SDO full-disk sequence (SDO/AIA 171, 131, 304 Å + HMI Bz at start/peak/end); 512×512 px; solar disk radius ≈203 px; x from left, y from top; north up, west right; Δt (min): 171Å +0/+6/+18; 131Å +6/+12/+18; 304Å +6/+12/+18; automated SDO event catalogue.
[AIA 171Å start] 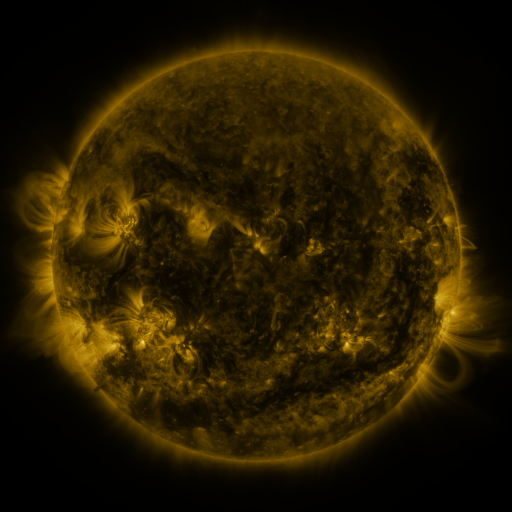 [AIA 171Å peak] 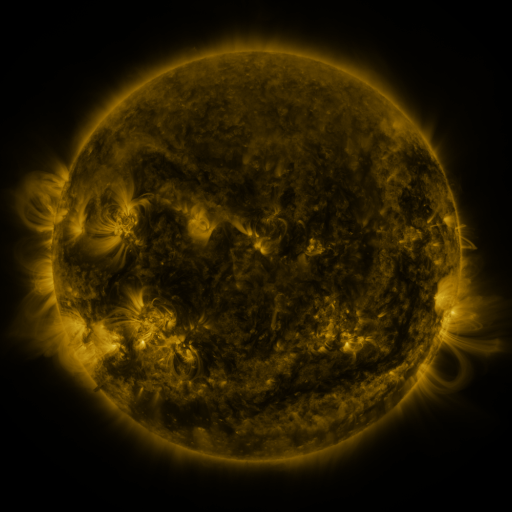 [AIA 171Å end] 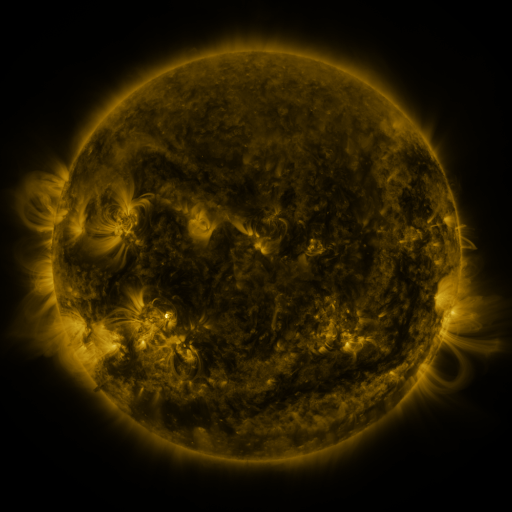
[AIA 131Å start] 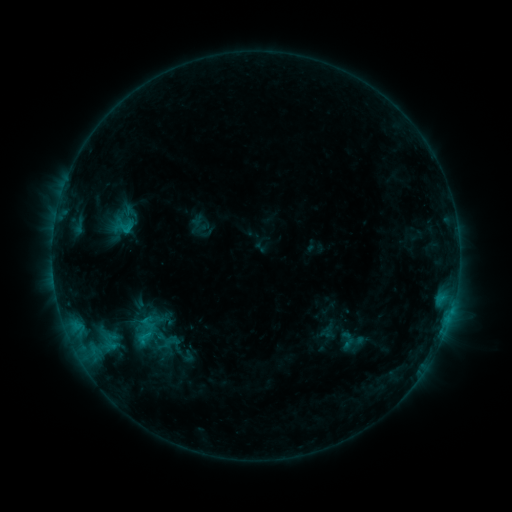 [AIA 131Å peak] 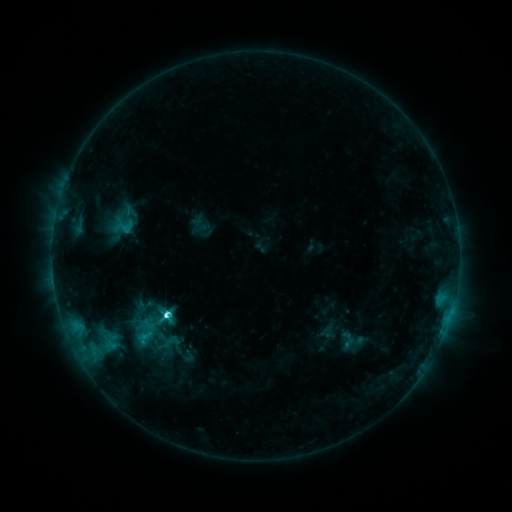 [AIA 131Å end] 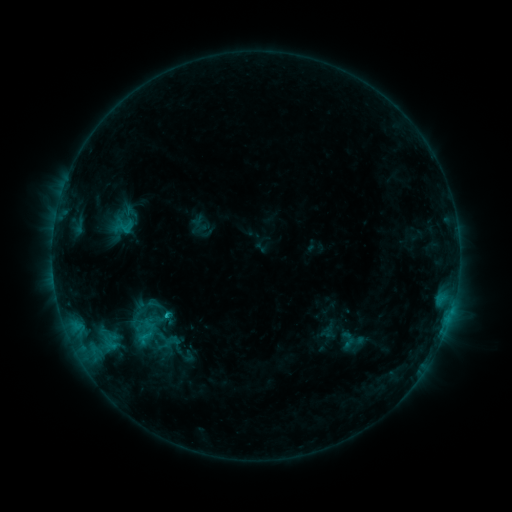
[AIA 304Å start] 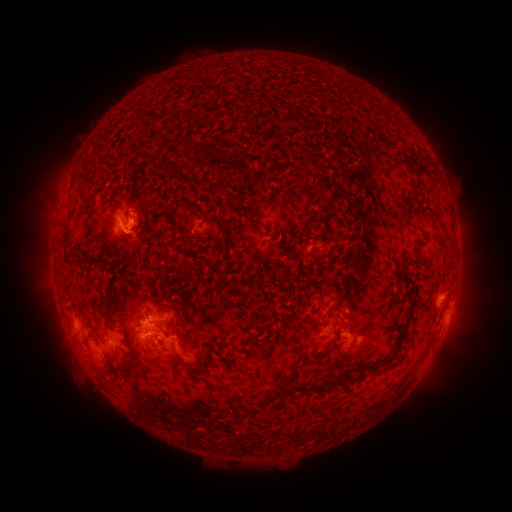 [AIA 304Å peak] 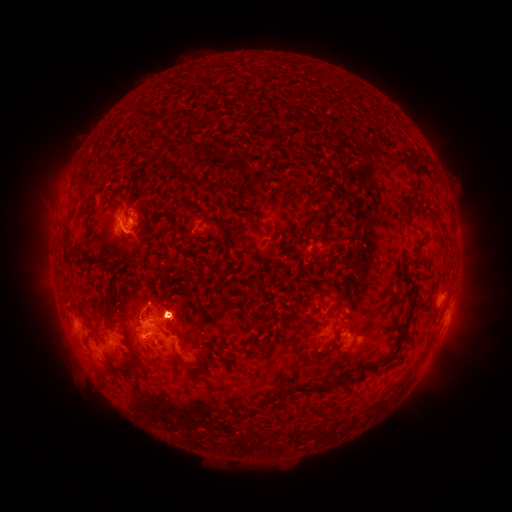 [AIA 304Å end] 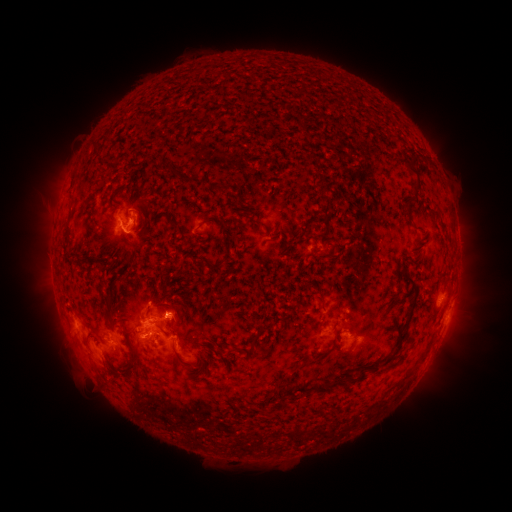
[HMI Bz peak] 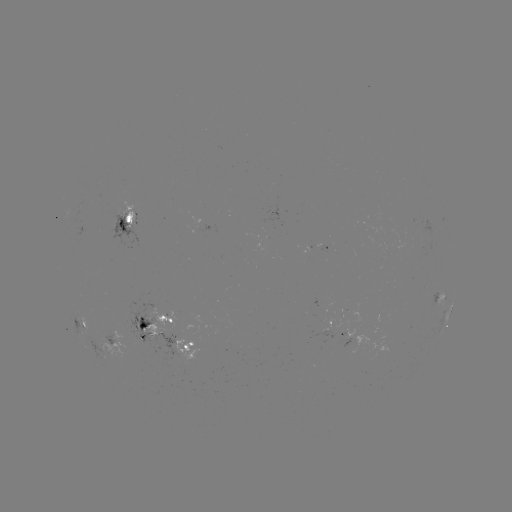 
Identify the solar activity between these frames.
C5.1 flare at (167, 313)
